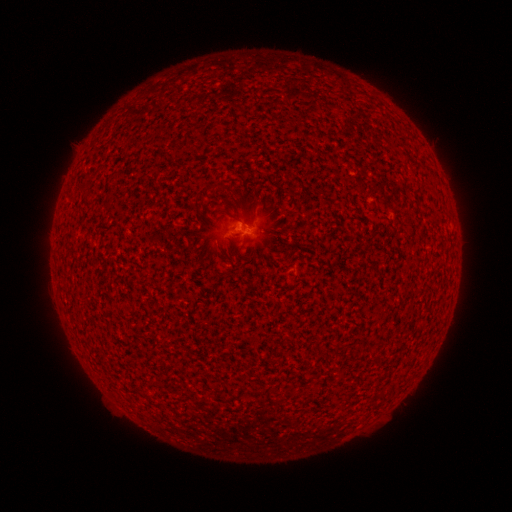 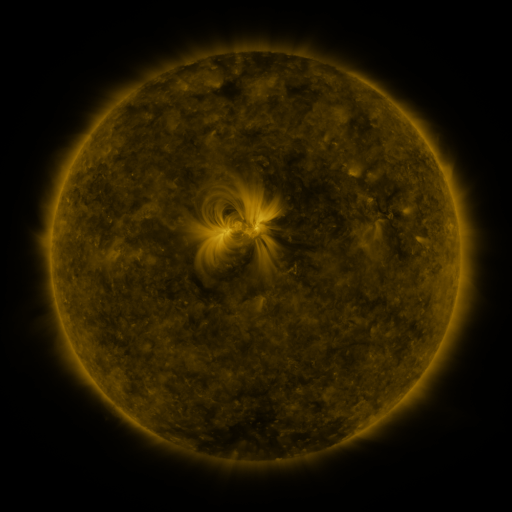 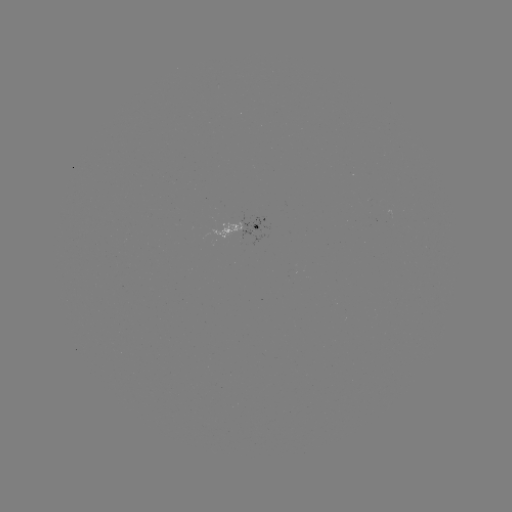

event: spotted active region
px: (252, 231)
